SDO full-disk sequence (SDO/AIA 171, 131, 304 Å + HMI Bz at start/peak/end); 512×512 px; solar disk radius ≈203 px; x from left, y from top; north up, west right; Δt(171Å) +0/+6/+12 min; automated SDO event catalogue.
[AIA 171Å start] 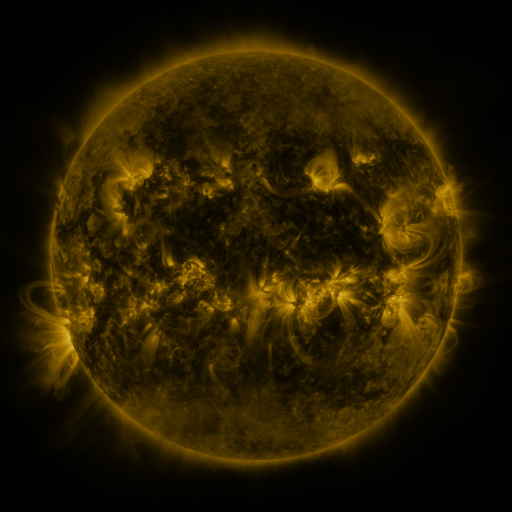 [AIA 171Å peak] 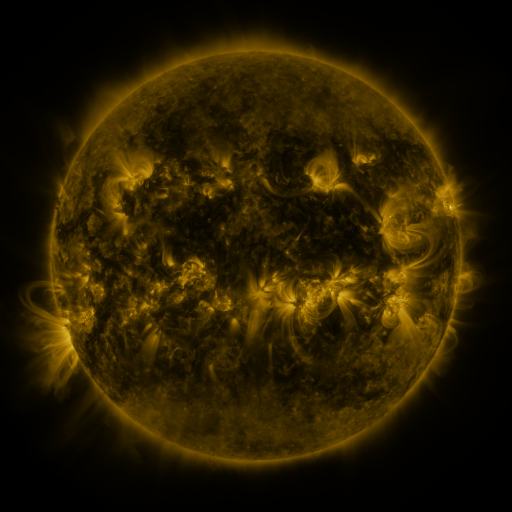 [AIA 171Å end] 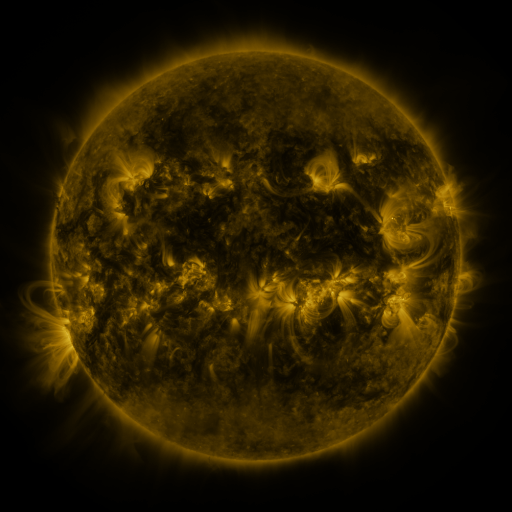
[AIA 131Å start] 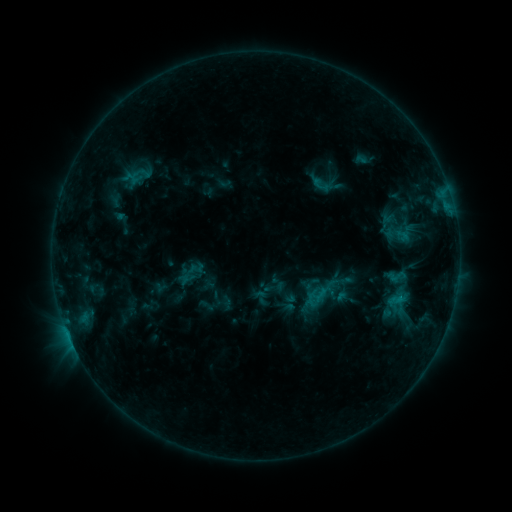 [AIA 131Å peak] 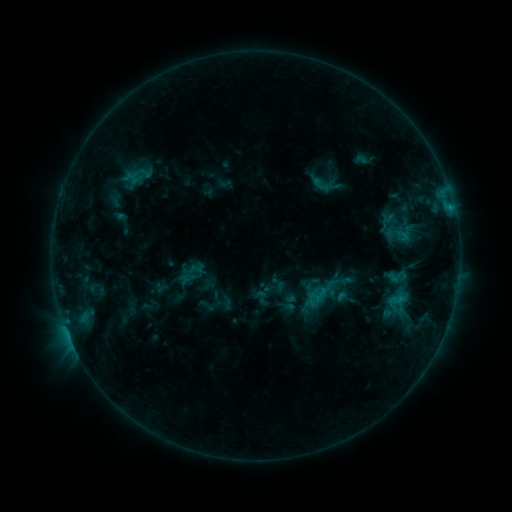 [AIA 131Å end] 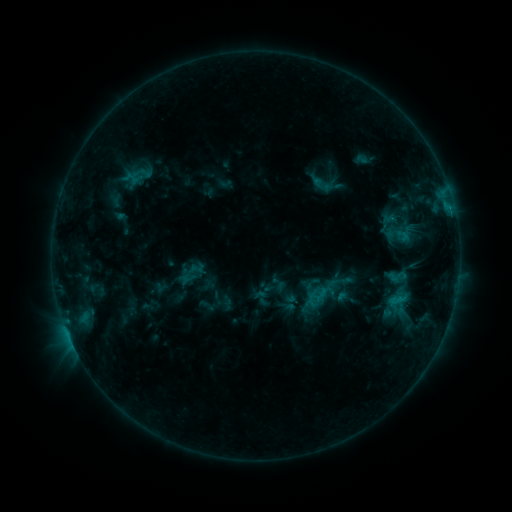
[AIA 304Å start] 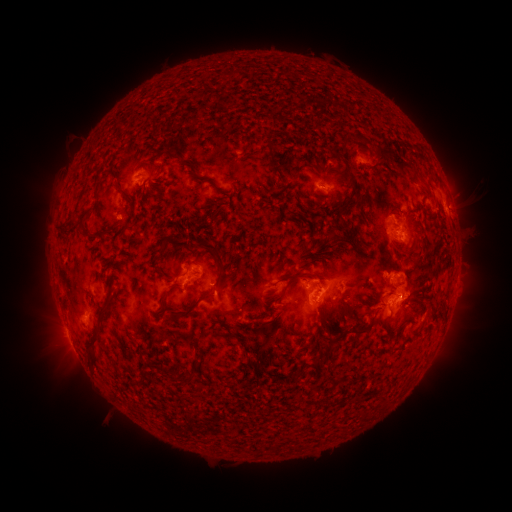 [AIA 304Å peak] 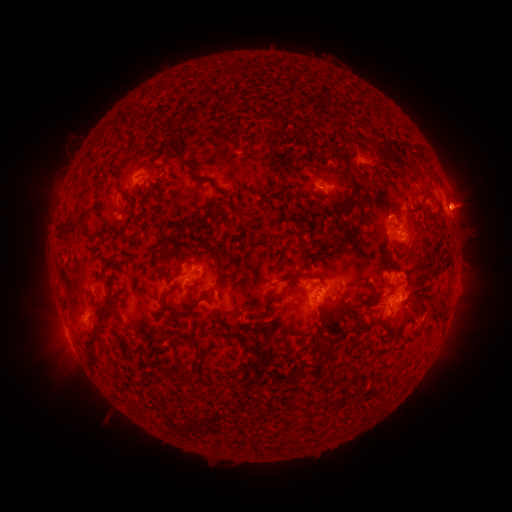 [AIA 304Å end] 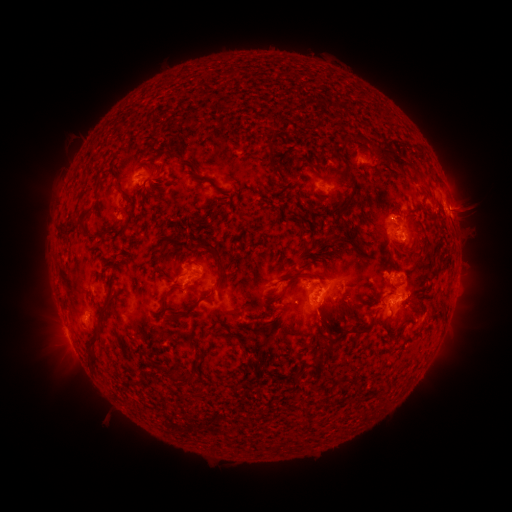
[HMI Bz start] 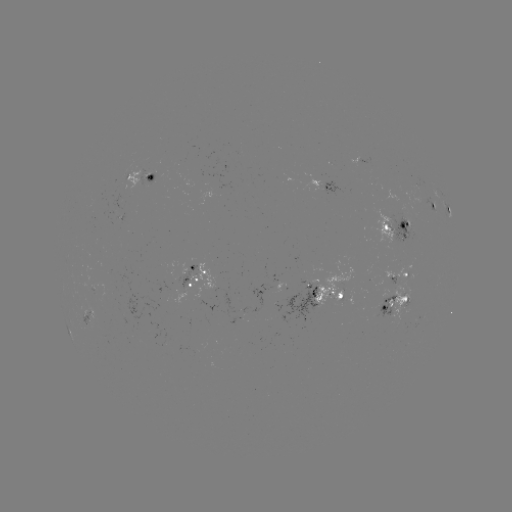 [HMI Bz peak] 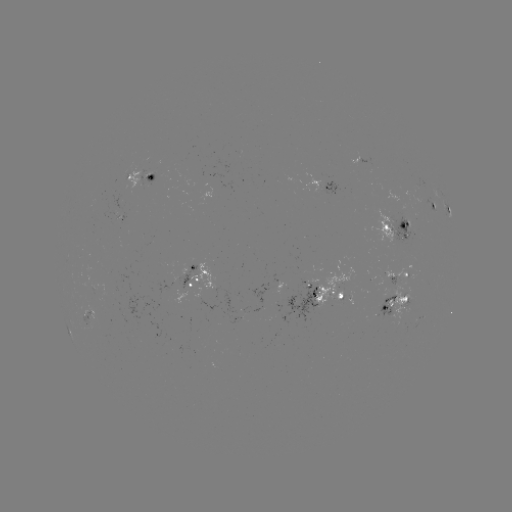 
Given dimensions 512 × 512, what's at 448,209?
C1.2 flare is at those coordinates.